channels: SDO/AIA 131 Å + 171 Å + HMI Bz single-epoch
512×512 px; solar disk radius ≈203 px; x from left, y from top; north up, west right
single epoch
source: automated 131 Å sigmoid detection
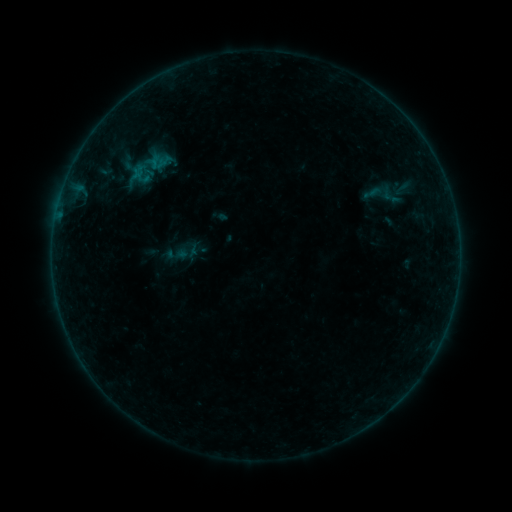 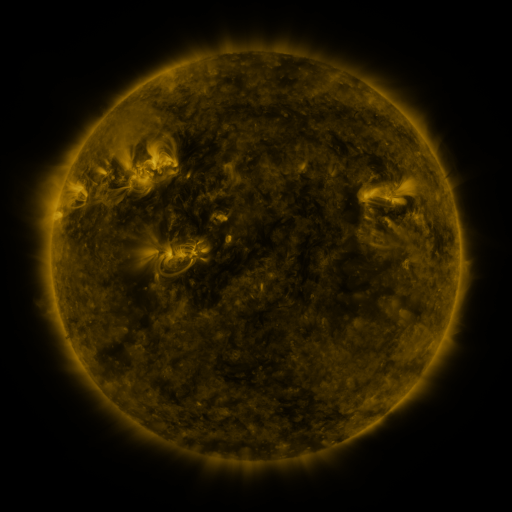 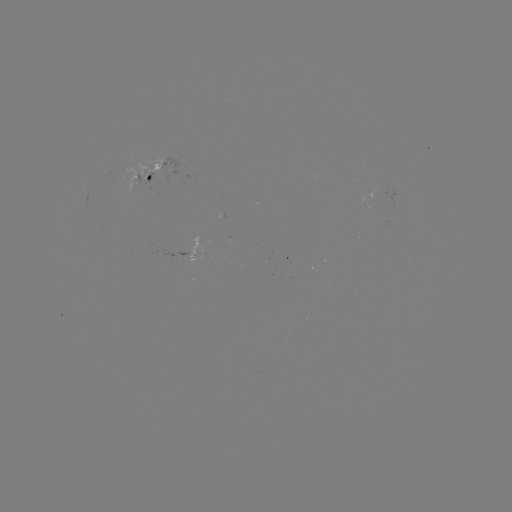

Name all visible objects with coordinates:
sigmoid: <bbox>378, 185, 403, 209</bbox>
